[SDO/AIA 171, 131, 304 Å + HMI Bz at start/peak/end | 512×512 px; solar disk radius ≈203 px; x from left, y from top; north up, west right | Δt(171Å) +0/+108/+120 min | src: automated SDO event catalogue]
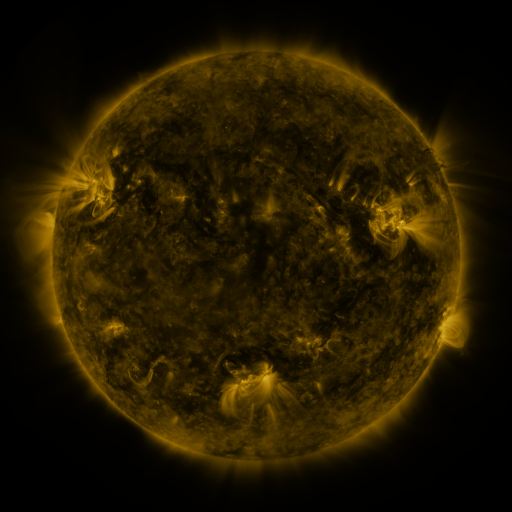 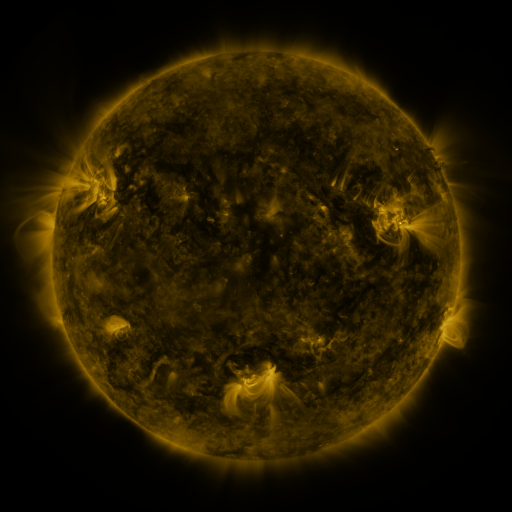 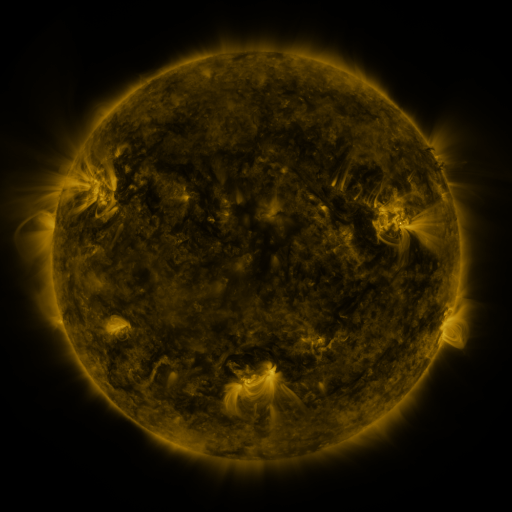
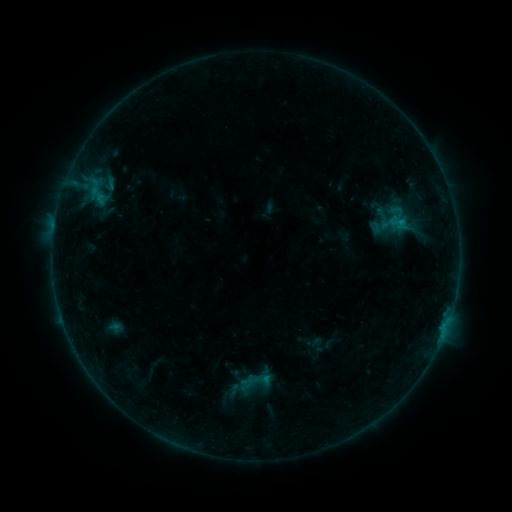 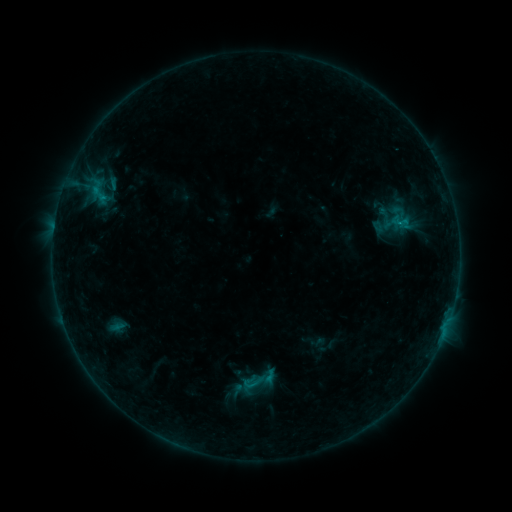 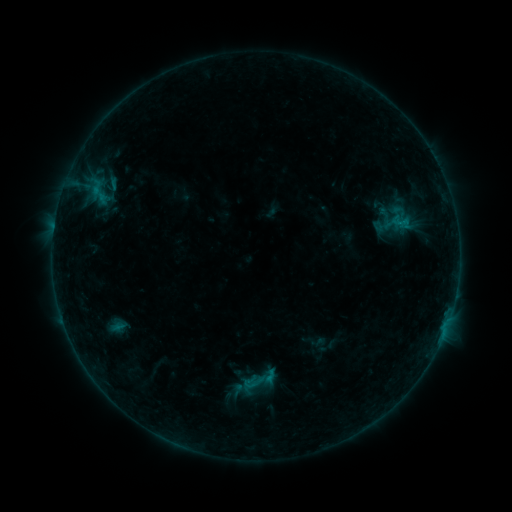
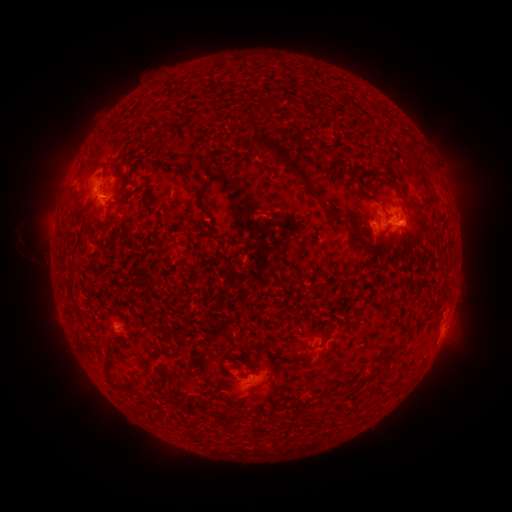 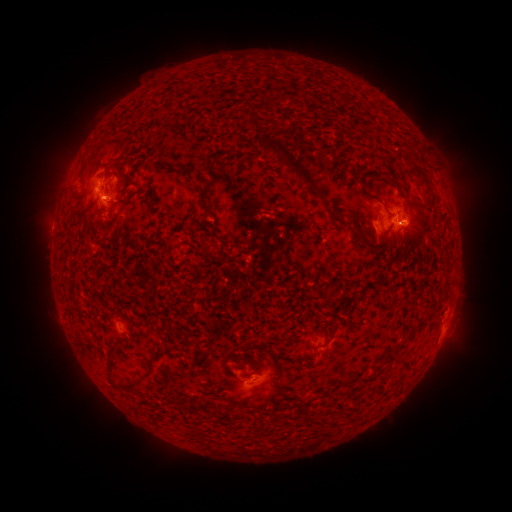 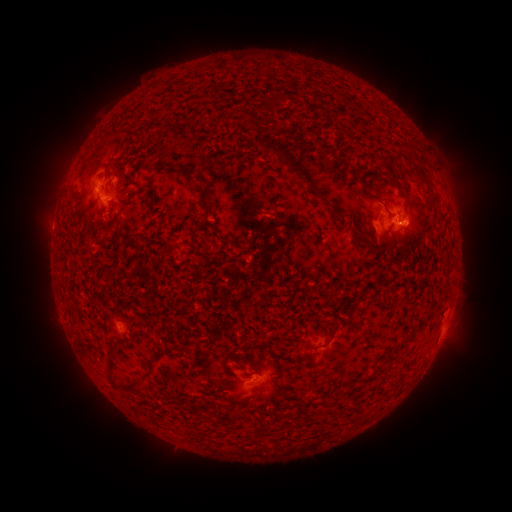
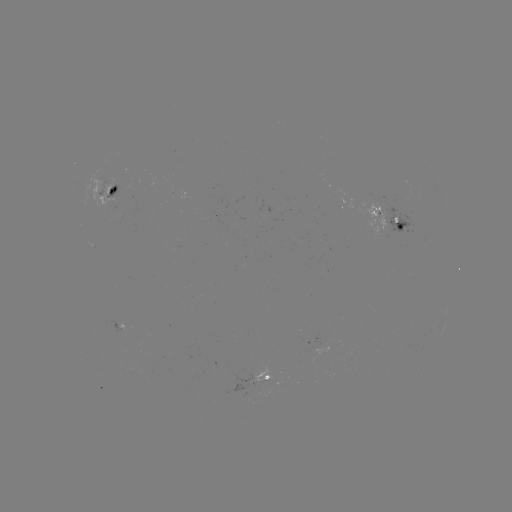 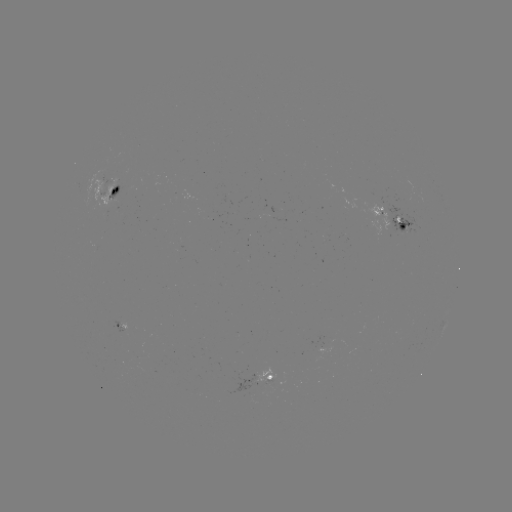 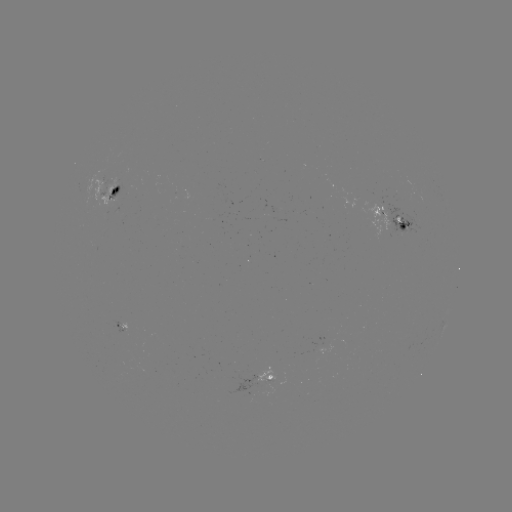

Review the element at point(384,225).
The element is emerging-flux region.